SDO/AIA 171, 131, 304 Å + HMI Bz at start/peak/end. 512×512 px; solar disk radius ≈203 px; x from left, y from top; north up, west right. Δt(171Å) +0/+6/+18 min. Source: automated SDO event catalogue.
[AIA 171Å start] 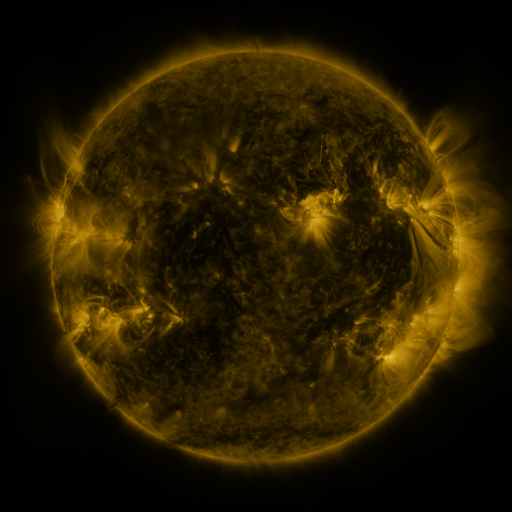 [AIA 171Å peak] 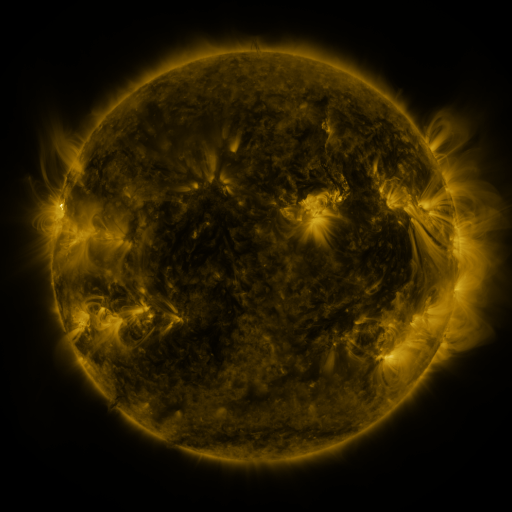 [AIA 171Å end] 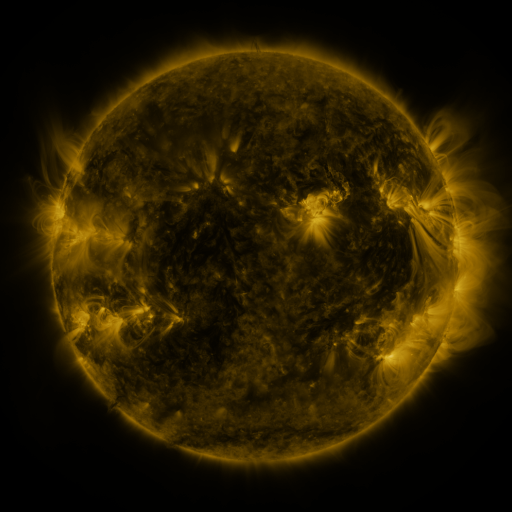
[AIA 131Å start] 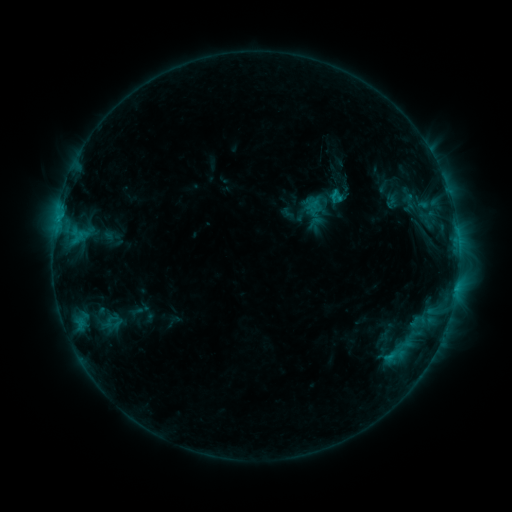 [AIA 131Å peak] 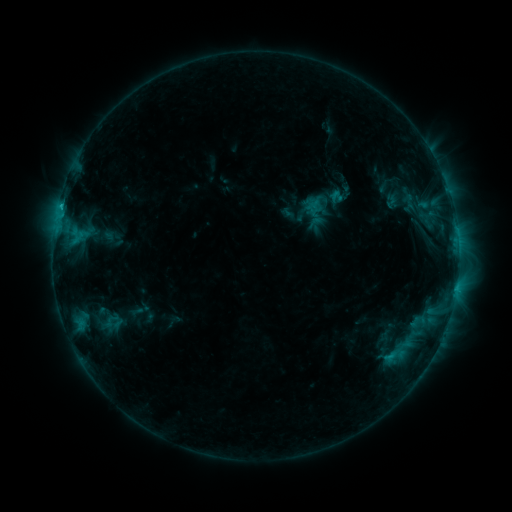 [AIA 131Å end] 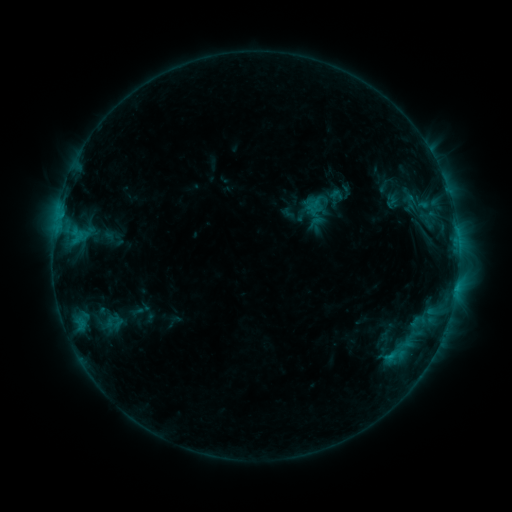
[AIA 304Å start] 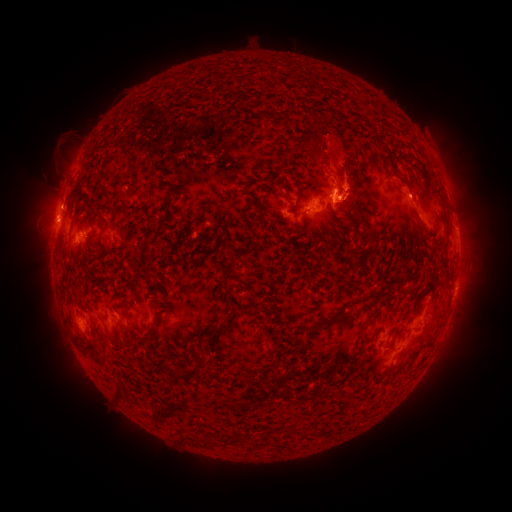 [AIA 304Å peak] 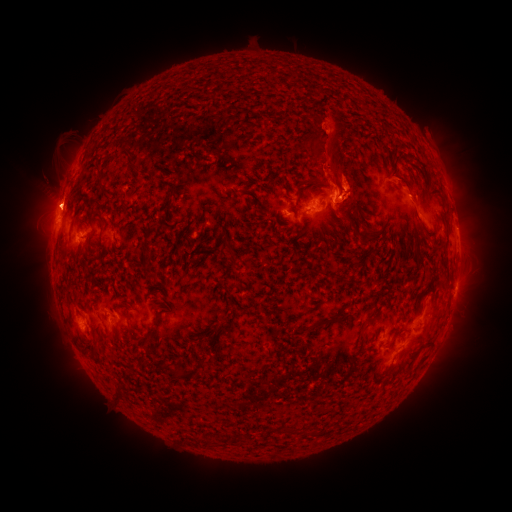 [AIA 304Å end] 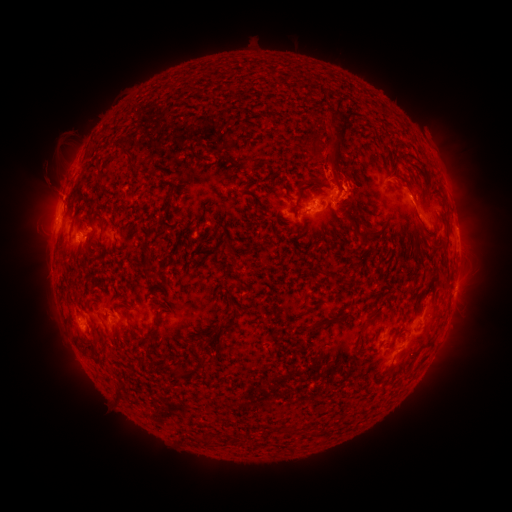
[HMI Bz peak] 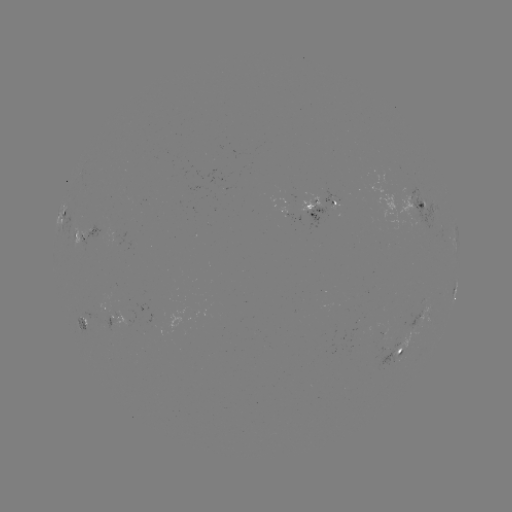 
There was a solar eruption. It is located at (50, 197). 